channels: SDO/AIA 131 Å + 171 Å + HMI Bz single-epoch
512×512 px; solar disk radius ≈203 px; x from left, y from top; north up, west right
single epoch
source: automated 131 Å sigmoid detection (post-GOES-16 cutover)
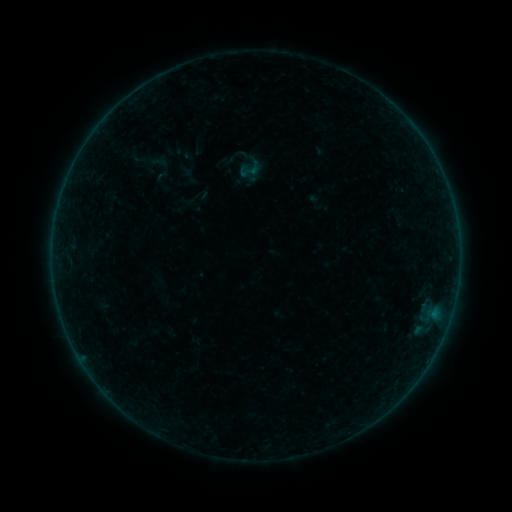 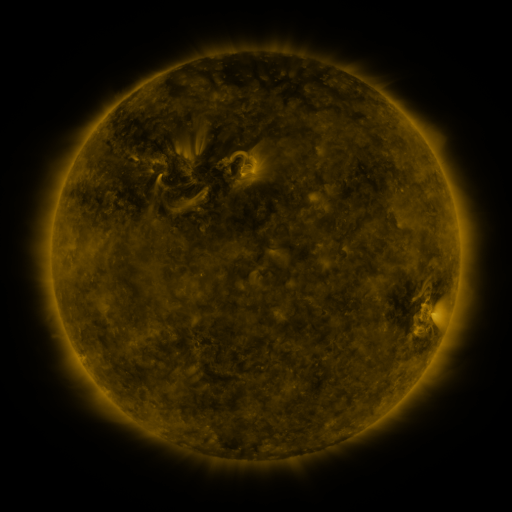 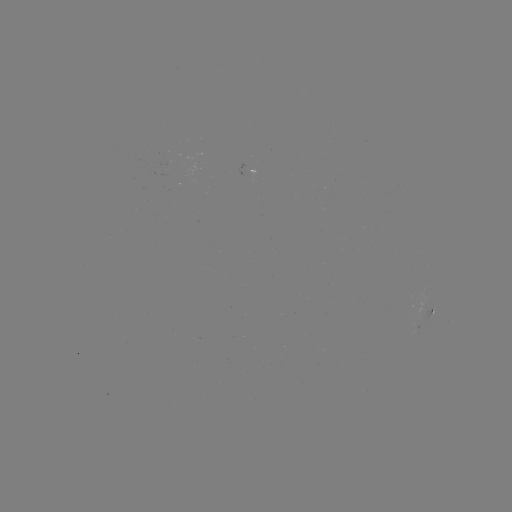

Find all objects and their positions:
sigmoid: <bbox>146, 150, 169, 174</bbox>
sigmoid: <bbox>236, 155, 264, 182</bbox>
